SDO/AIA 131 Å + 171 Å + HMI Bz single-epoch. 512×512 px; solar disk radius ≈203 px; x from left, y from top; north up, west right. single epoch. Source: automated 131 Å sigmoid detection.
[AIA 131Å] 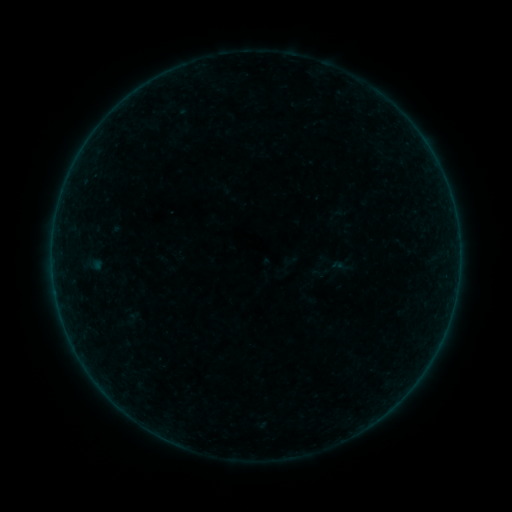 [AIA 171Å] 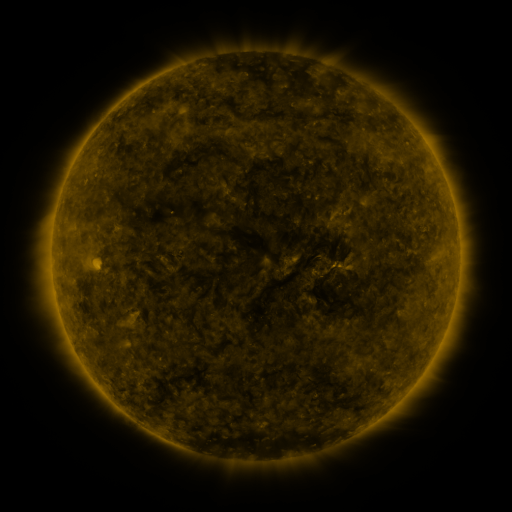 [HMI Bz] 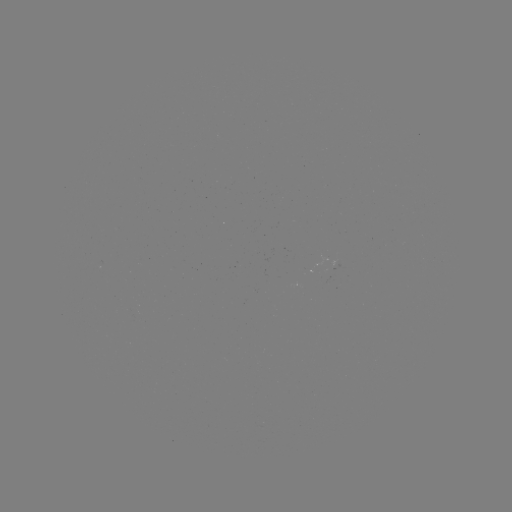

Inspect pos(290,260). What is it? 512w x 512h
sigmoid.